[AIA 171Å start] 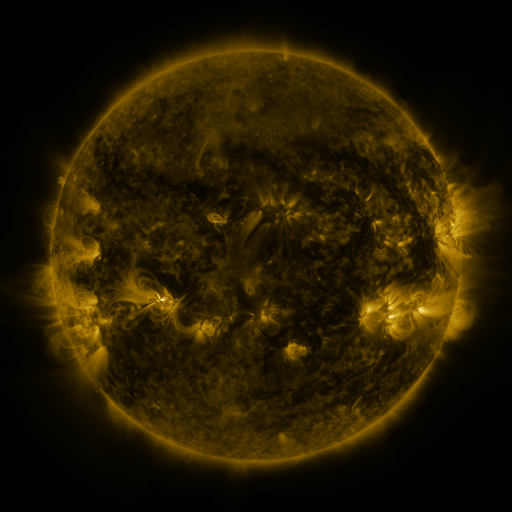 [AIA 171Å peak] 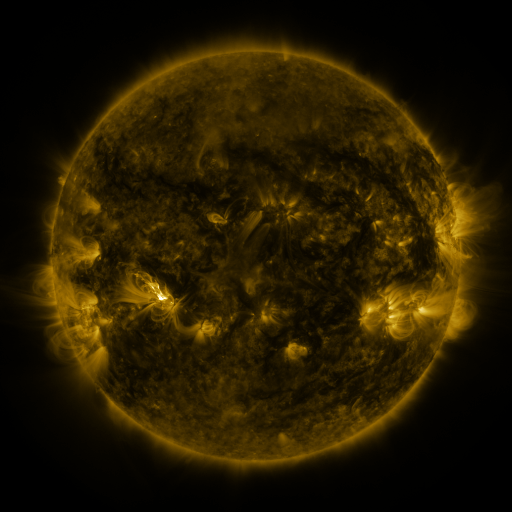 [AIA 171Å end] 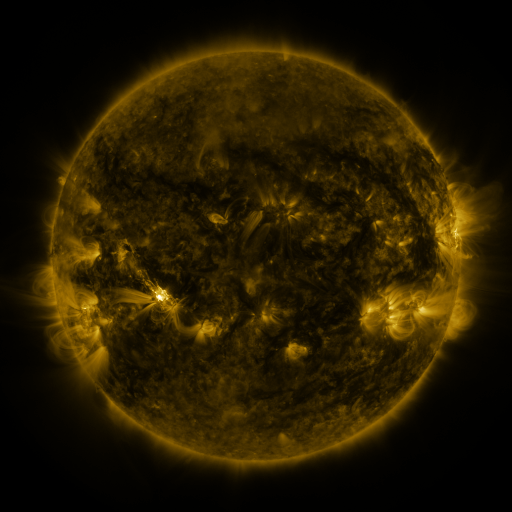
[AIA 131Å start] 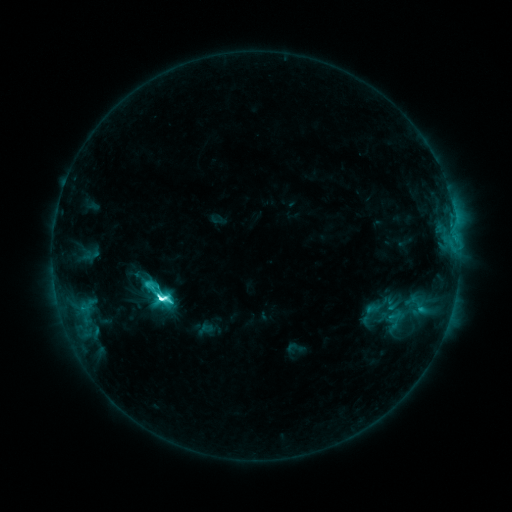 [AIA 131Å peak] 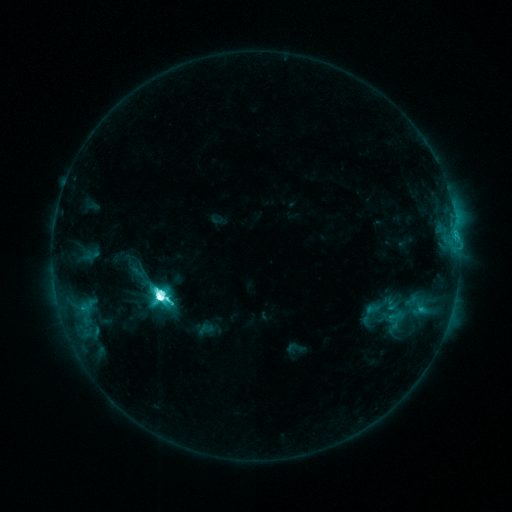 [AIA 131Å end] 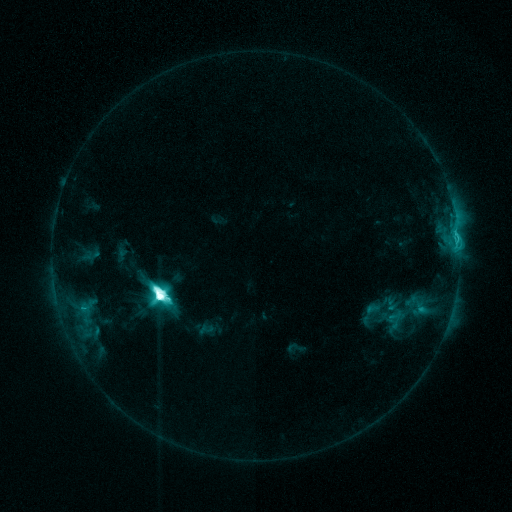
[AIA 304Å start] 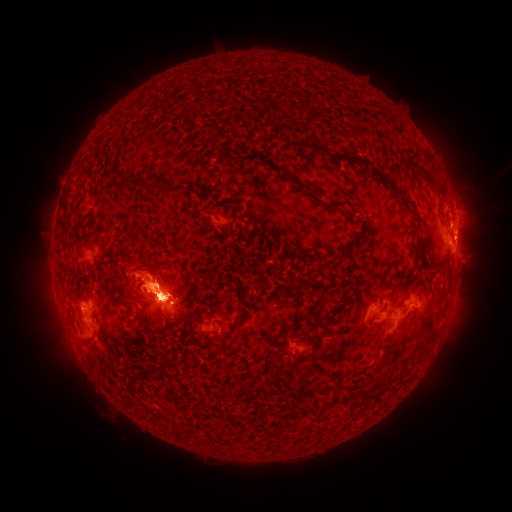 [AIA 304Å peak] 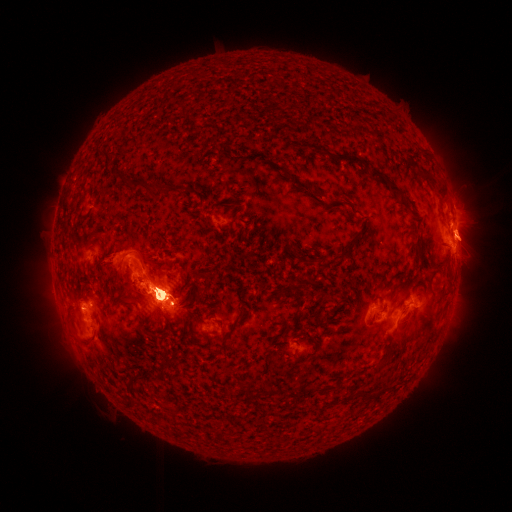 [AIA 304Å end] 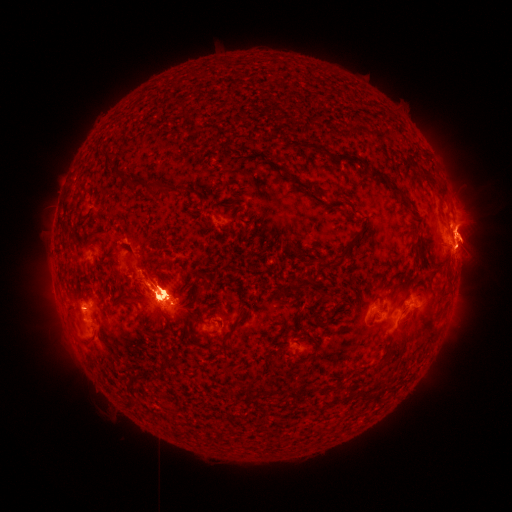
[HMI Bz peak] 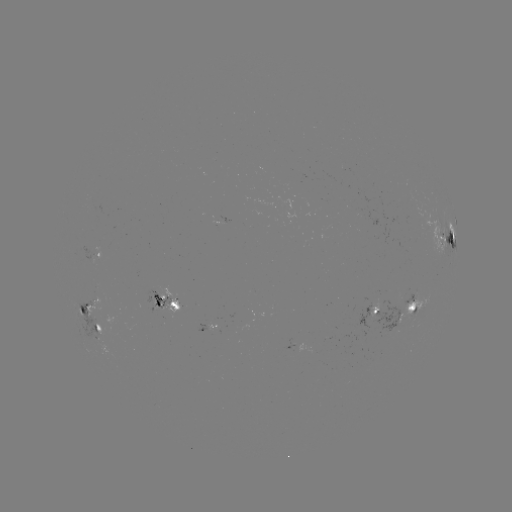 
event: eruption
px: (430, 325)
